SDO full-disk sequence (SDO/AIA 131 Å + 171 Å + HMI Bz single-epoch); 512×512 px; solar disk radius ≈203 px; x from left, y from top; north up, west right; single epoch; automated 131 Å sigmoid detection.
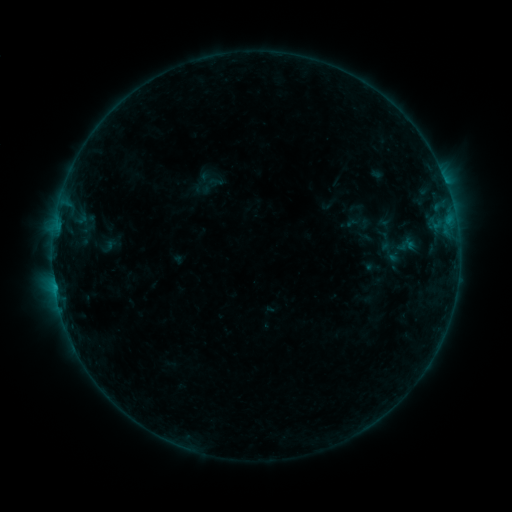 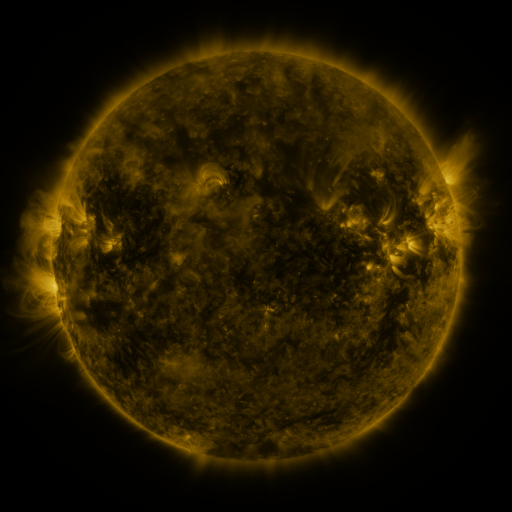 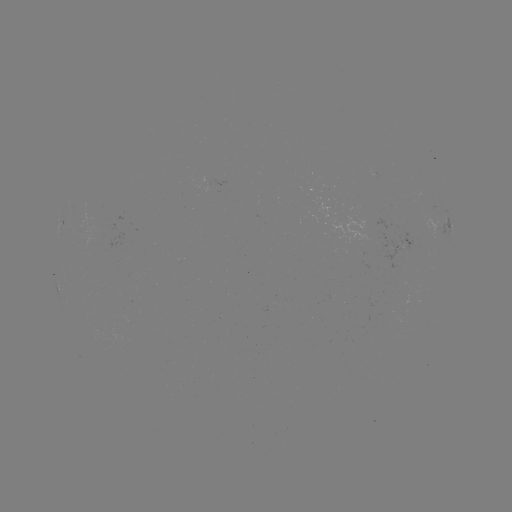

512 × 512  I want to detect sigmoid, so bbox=[376, 239, 404, 266].